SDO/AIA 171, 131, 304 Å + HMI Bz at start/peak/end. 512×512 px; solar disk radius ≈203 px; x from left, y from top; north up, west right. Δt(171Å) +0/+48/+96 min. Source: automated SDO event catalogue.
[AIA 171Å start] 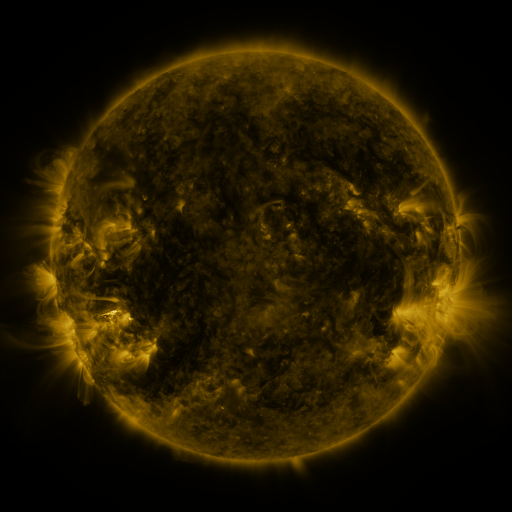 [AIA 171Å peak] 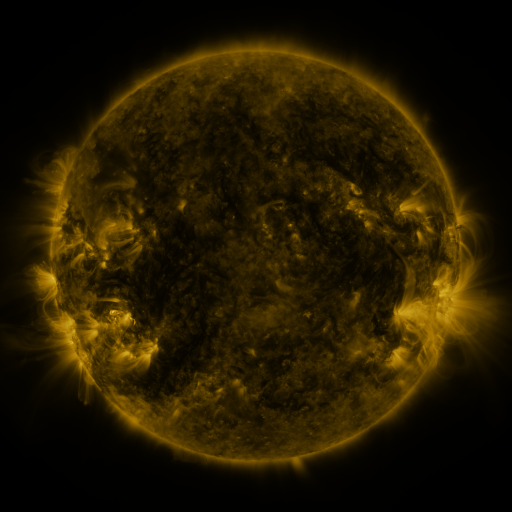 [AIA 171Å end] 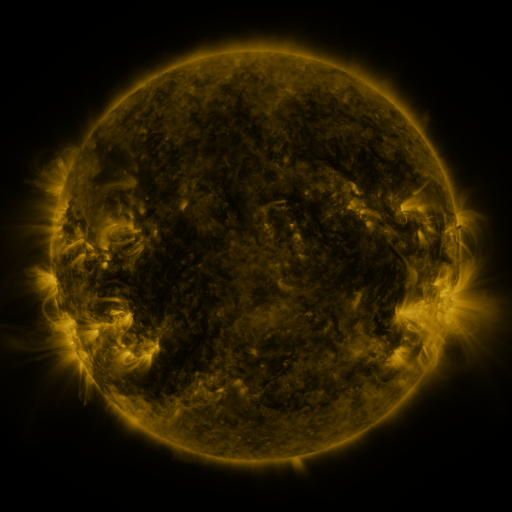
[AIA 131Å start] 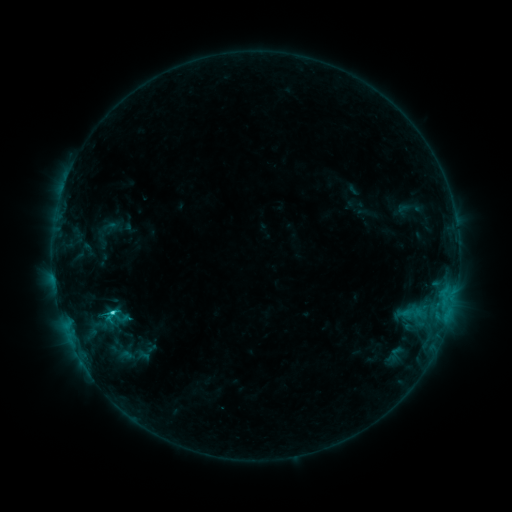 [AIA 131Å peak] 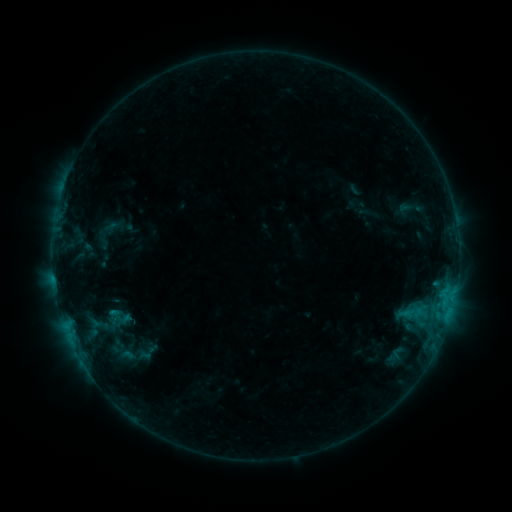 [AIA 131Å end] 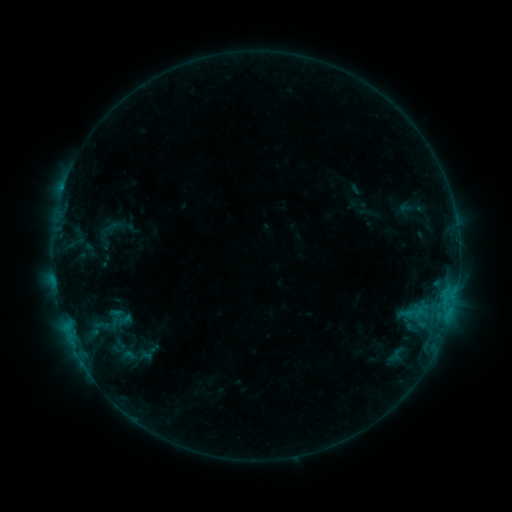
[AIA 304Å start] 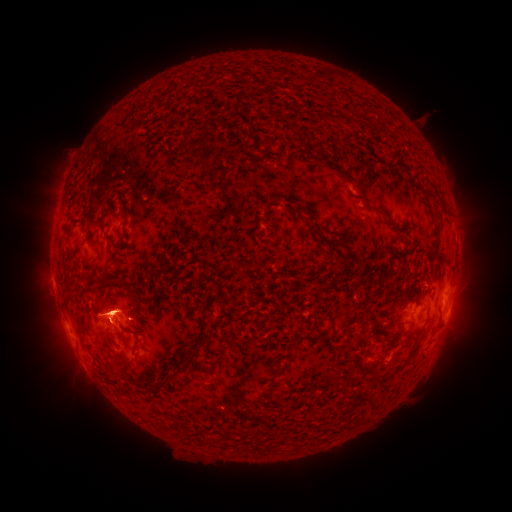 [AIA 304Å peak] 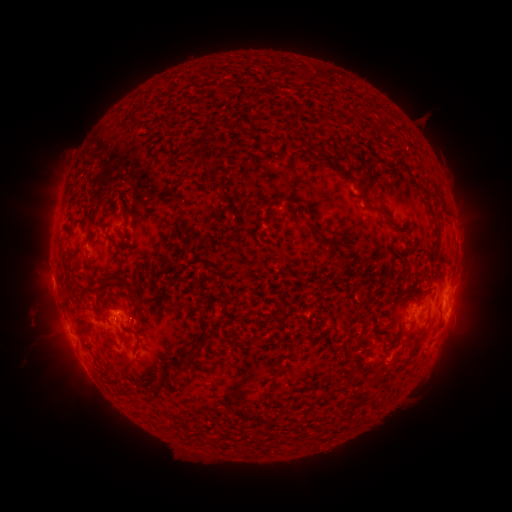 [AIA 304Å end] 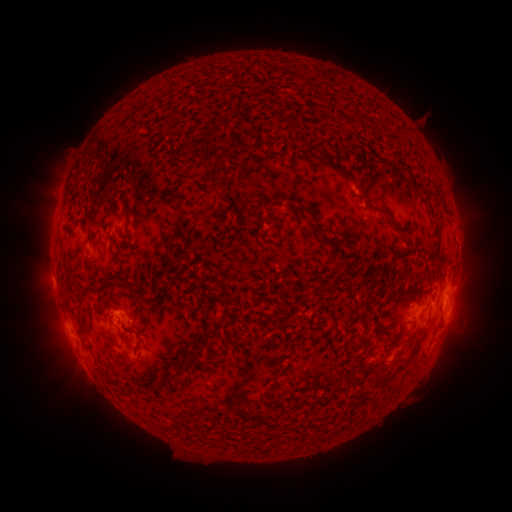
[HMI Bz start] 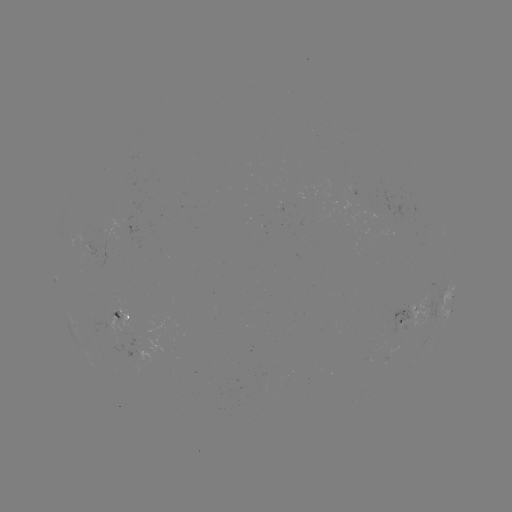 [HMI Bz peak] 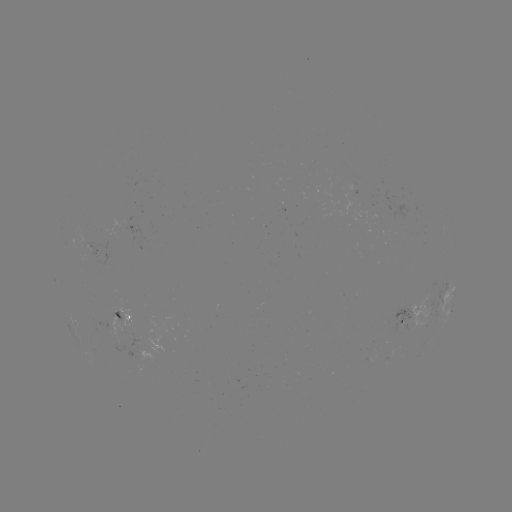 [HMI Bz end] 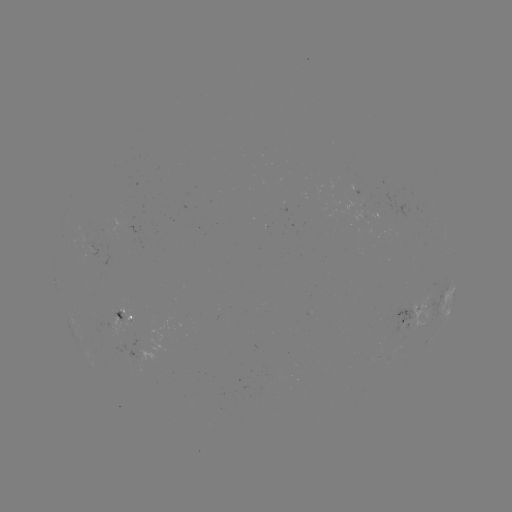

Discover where filament eruption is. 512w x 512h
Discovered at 56,317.